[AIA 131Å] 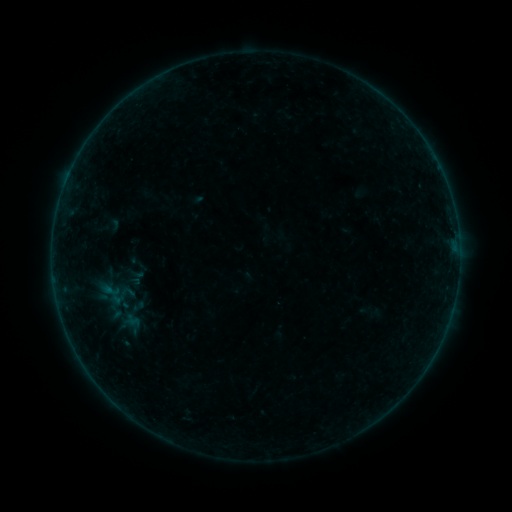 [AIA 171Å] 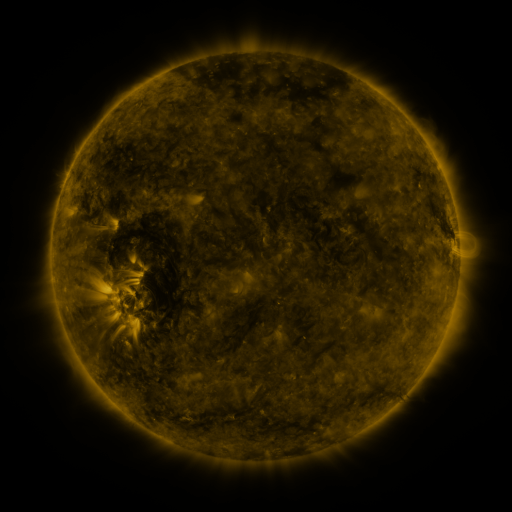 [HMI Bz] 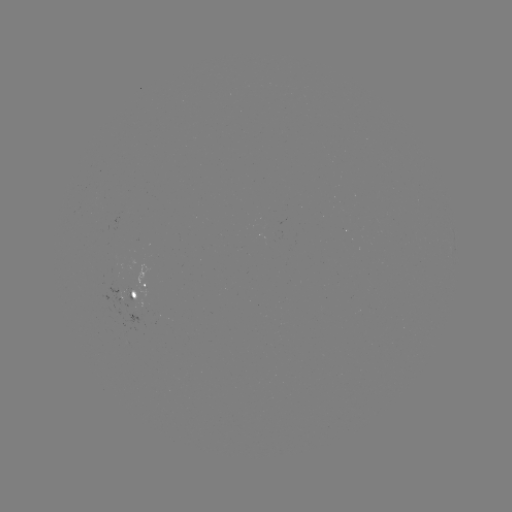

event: sigmoid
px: (136, 261)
